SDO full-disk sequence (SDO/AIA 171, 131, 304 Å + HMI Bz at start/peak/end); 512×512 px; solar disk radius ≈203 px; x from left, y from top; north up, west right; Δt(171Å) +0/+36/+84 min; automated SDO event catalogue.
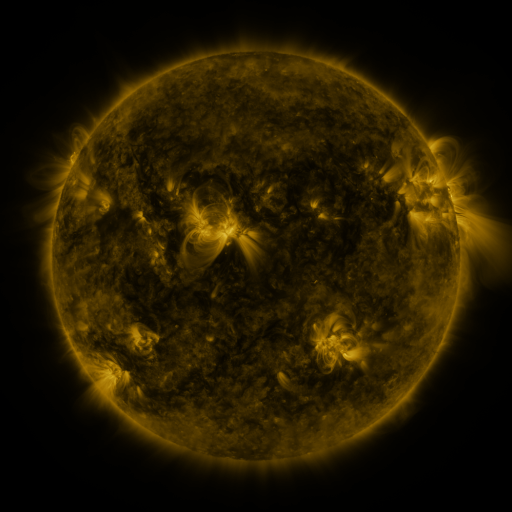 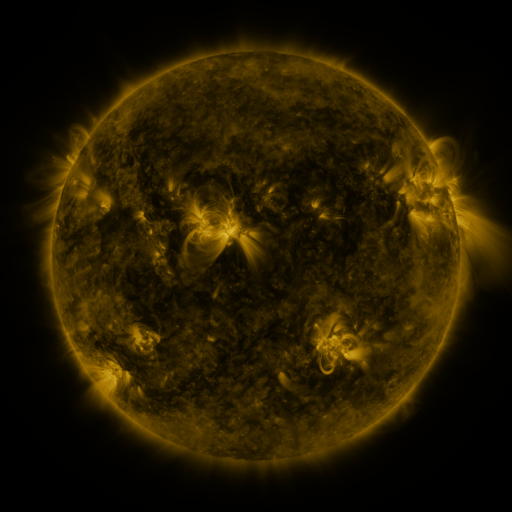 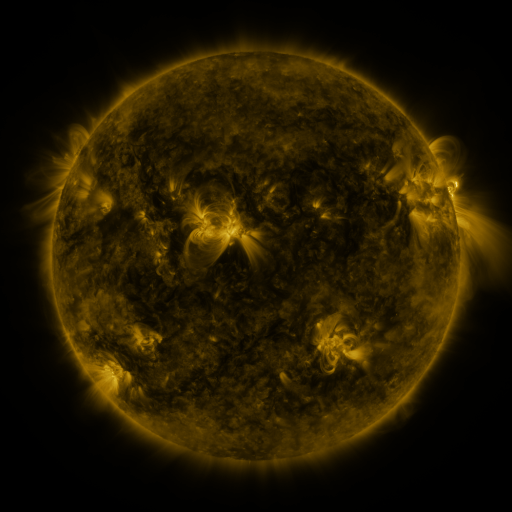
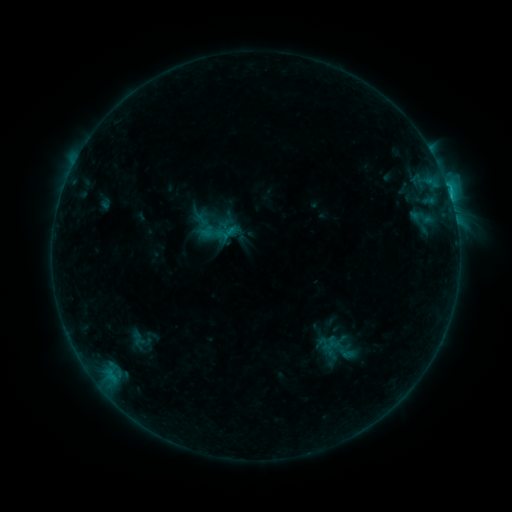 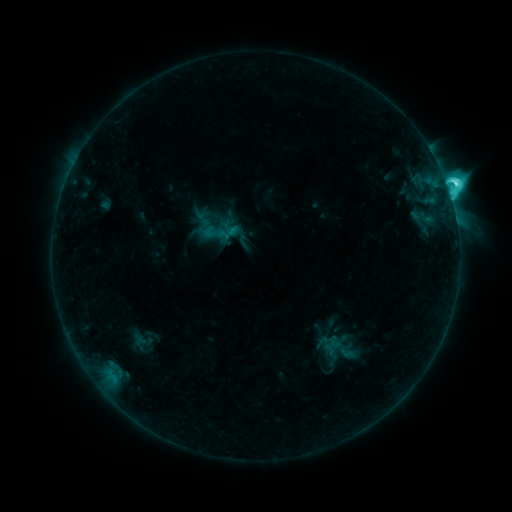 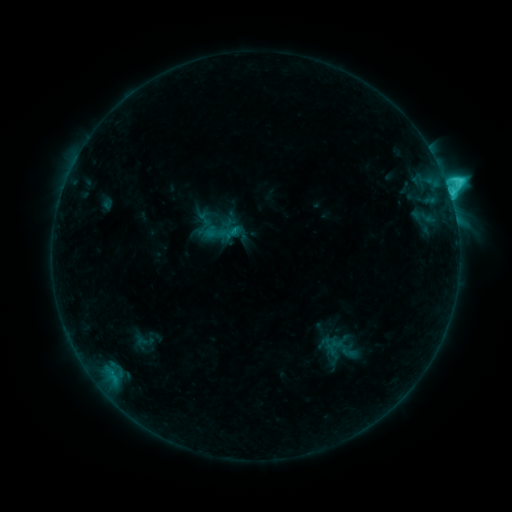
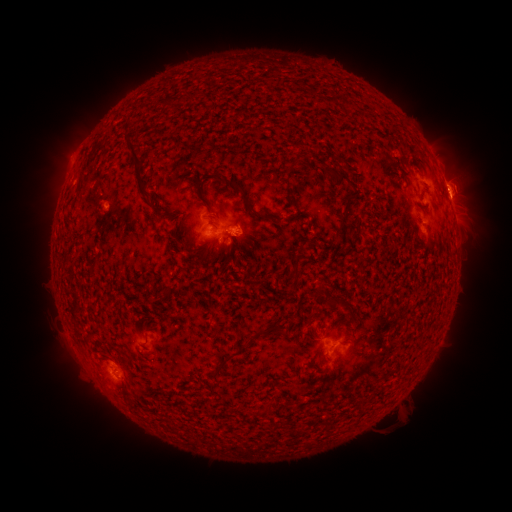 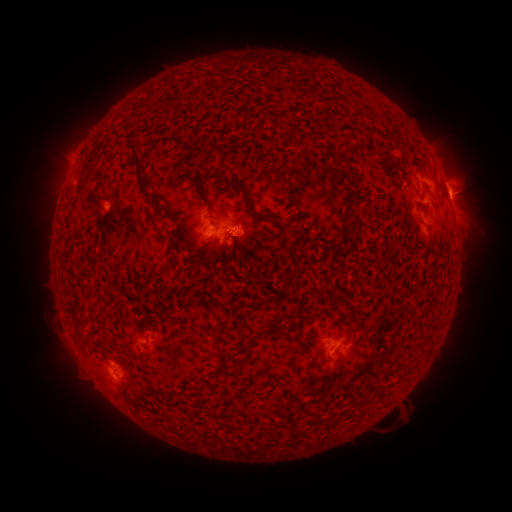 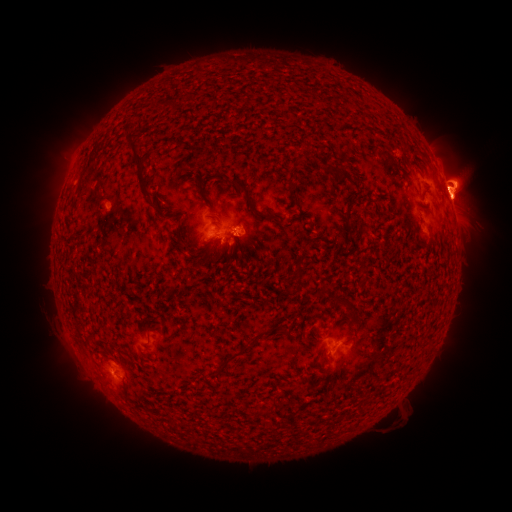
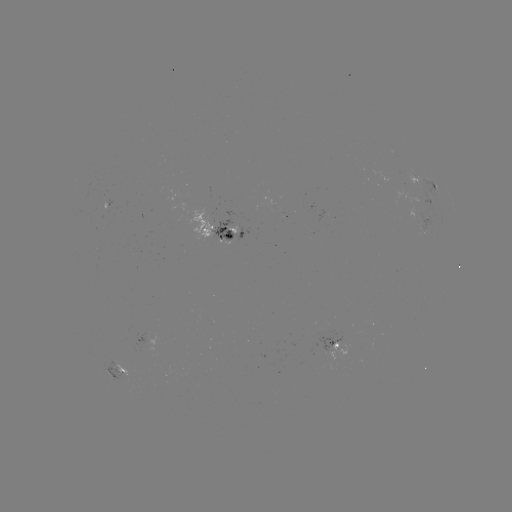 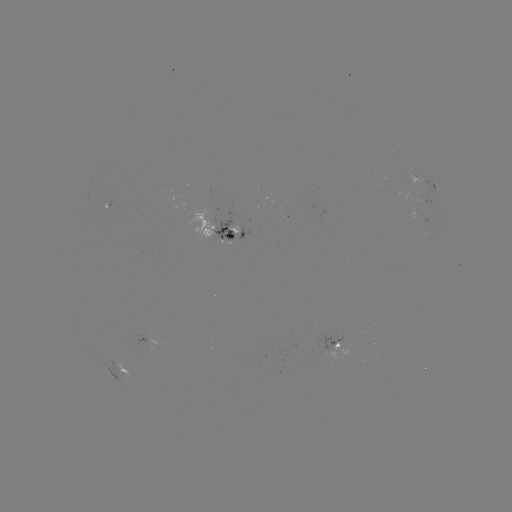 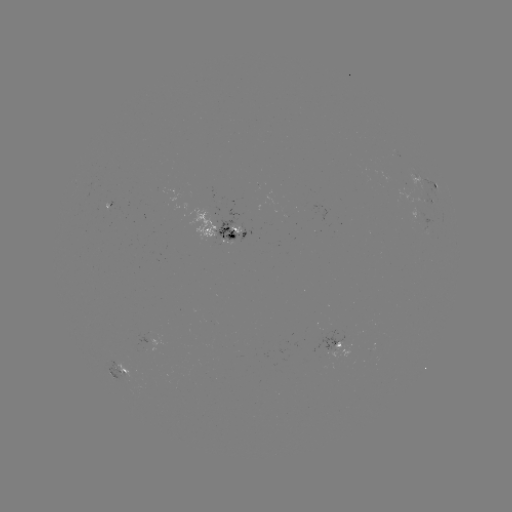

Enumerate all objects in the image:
C7.9 flare: (447, 191)
